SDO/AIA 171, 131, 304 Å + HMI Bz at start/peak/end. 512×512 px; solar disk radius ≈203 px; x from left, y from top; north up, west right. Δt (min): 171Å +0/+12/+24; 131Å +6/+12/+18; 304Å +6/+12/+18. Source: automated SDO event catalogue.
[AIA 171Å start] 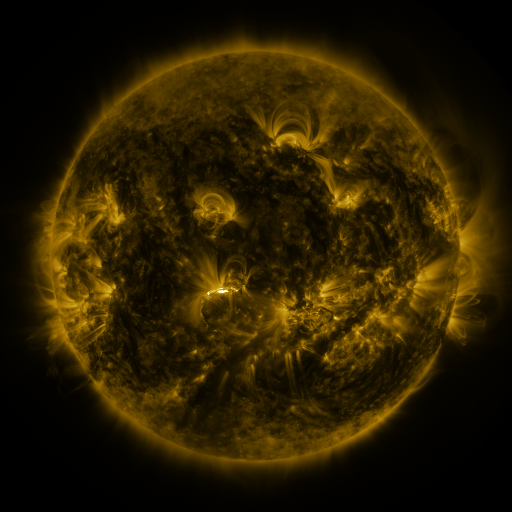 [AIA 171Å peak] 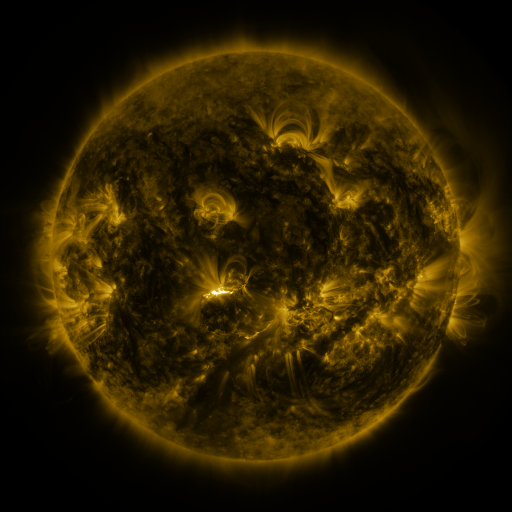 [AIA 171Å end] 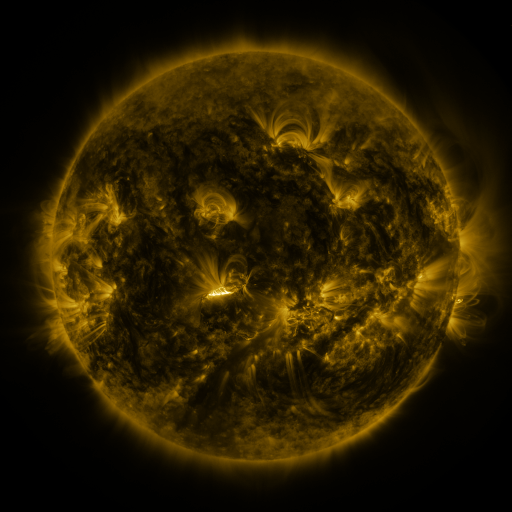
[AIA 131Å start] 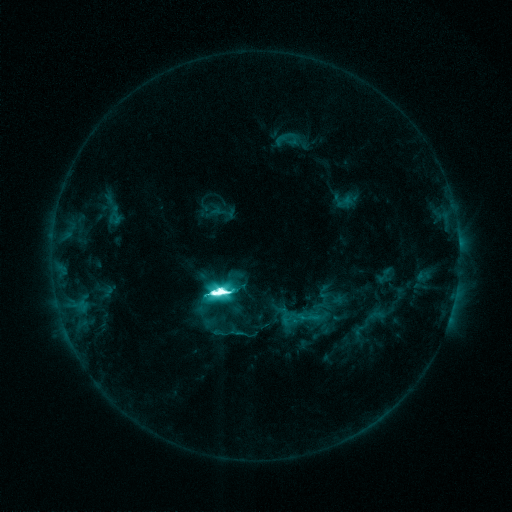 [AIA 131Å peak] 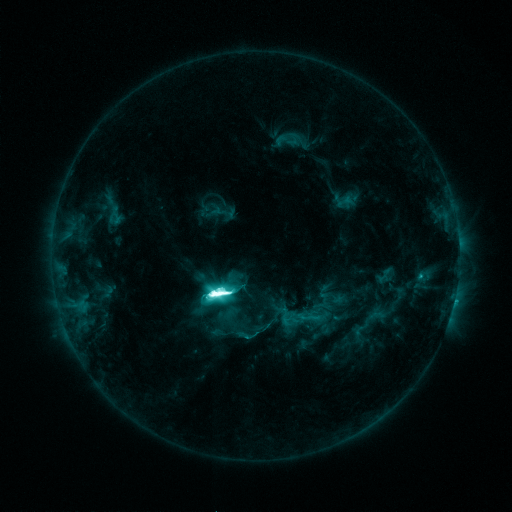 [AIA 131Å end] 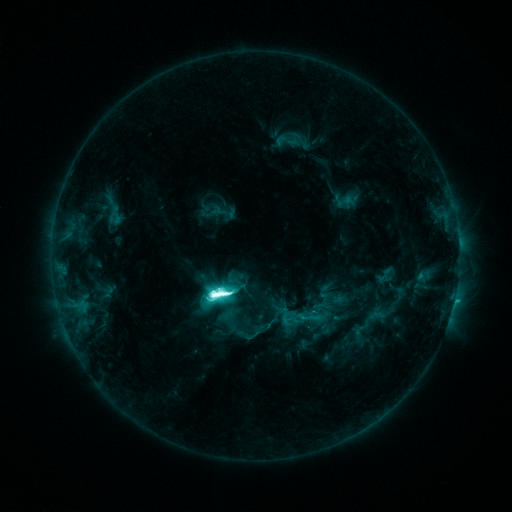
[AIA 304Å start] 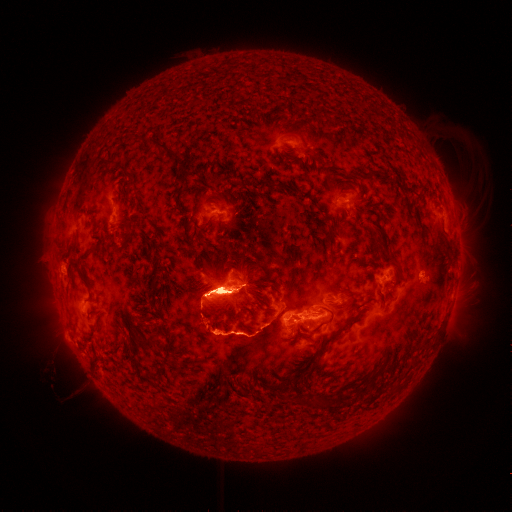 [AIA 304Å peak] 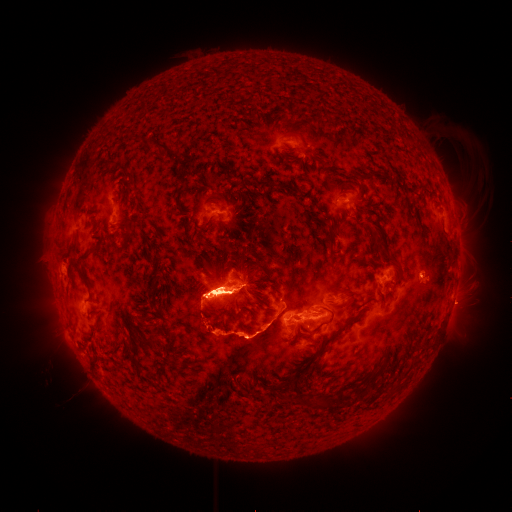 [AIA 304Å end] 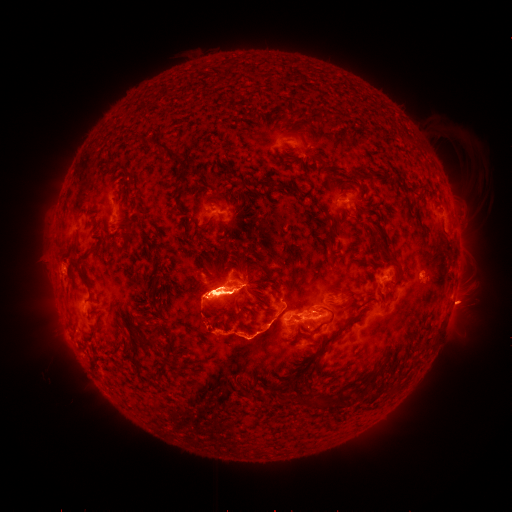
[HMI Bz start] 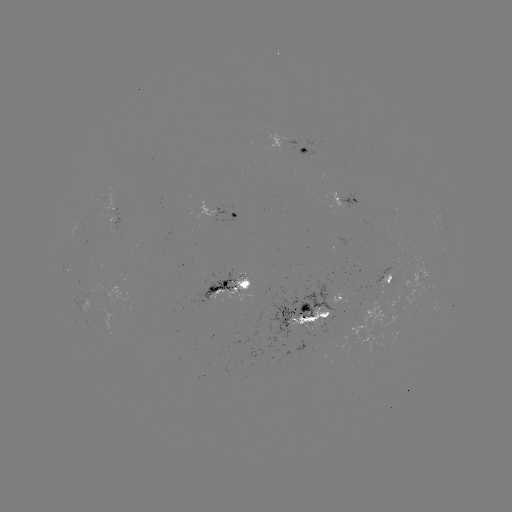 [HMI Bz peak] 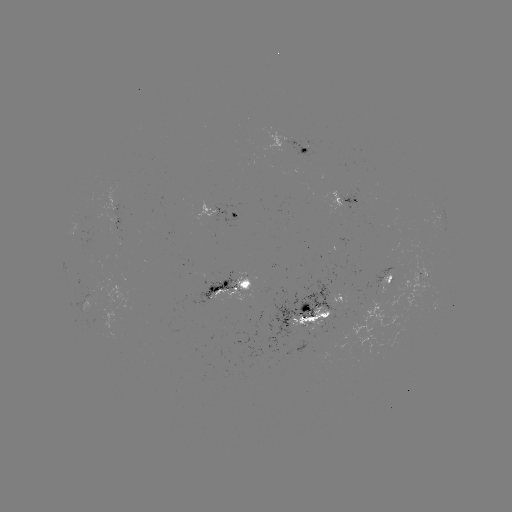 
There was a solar eruption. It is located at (465, 306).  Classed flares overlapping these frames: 2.